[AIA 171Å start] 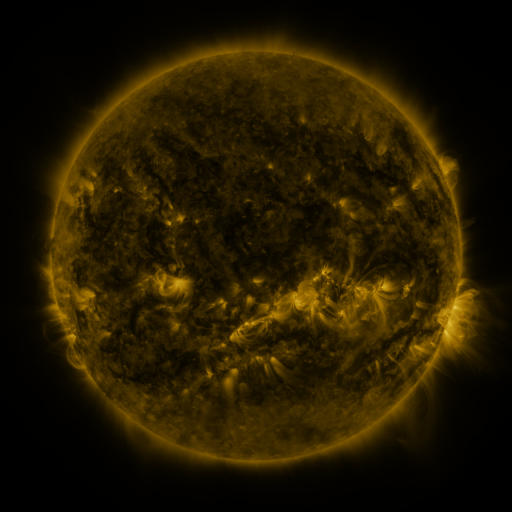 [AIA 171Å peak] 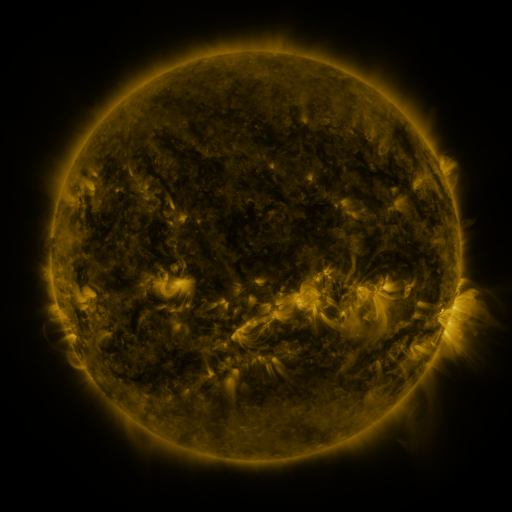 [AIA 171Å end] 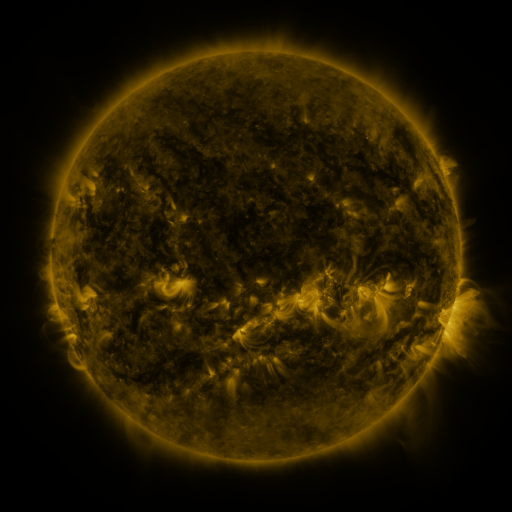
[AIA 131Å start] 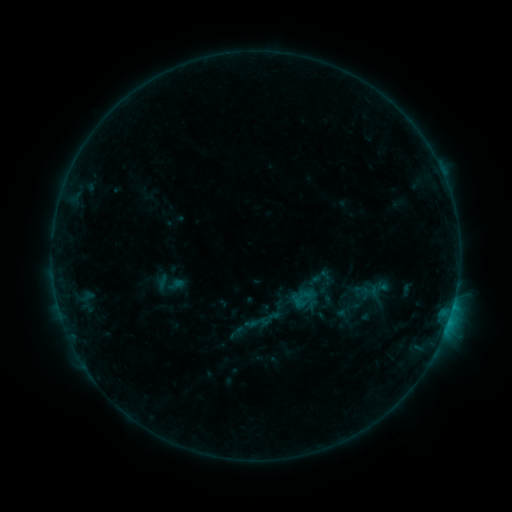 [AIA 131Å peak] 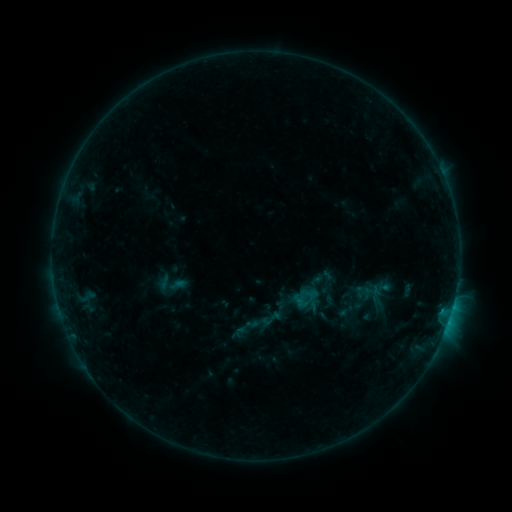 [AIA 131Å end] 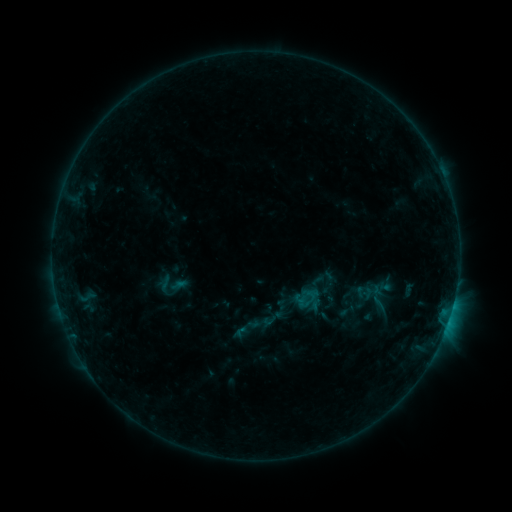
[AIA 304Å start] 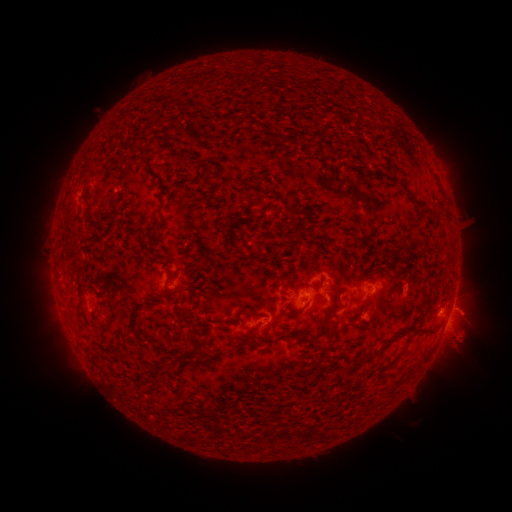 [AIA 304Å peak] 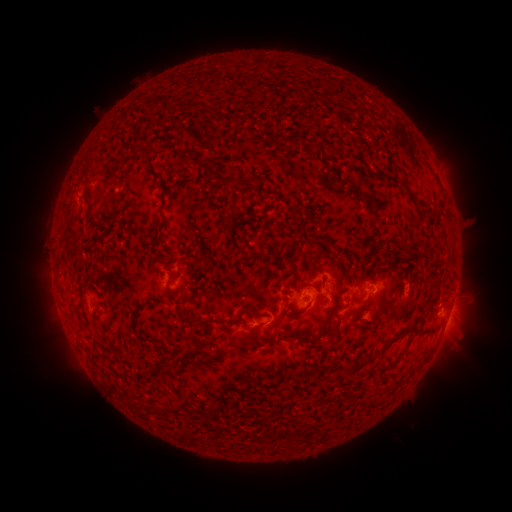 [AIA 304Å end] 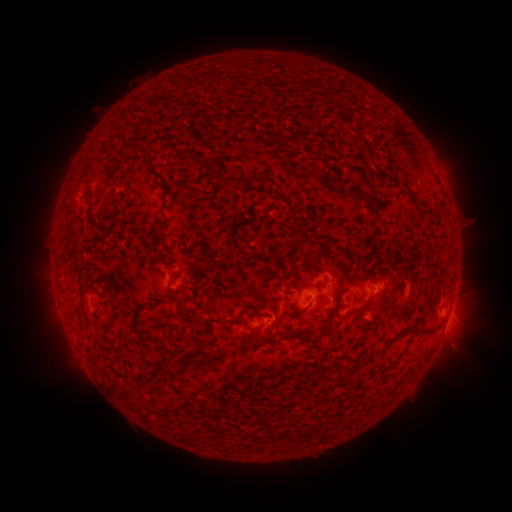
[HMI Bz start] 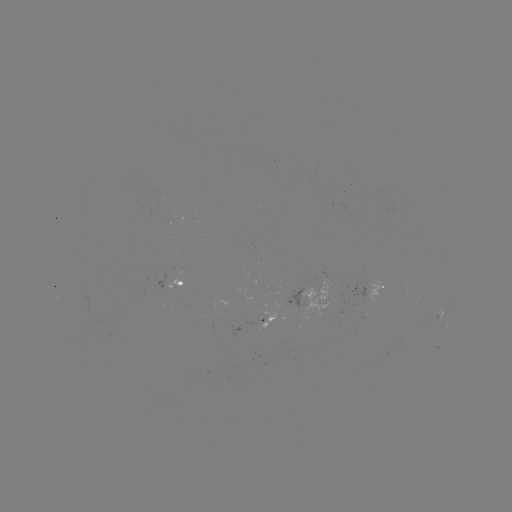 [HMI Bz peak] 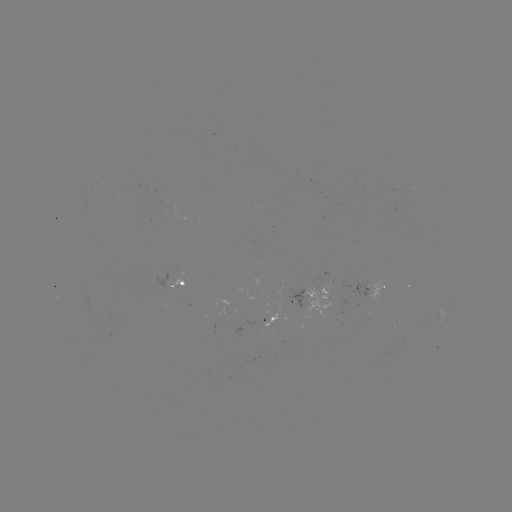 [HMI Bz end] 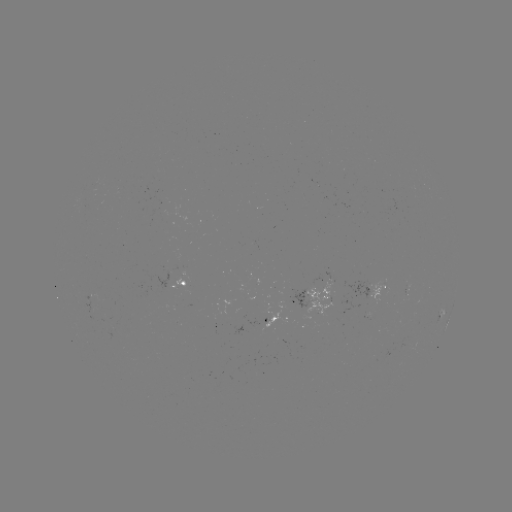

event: emerging-flux region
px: (365, 288)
